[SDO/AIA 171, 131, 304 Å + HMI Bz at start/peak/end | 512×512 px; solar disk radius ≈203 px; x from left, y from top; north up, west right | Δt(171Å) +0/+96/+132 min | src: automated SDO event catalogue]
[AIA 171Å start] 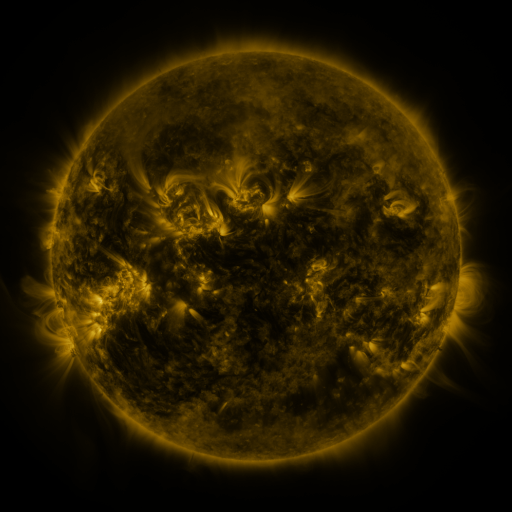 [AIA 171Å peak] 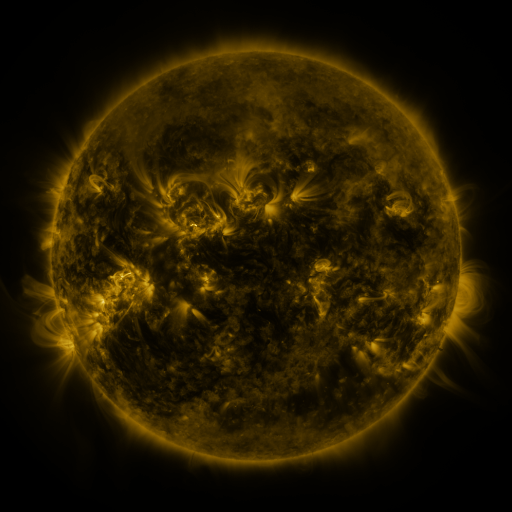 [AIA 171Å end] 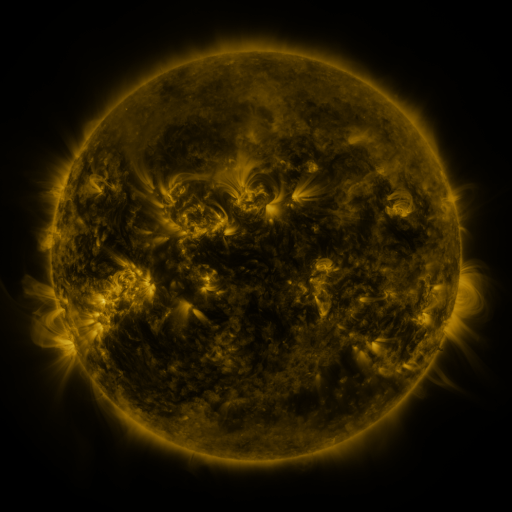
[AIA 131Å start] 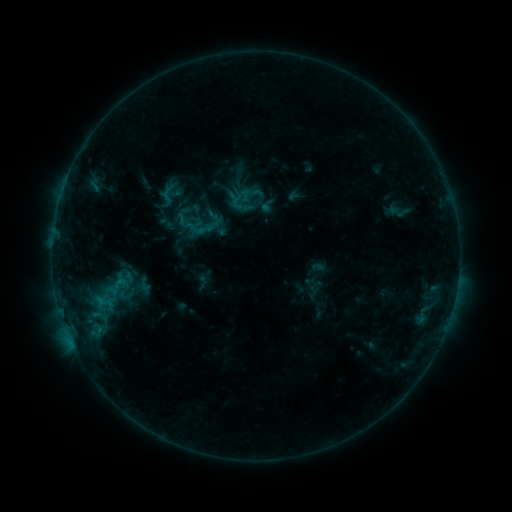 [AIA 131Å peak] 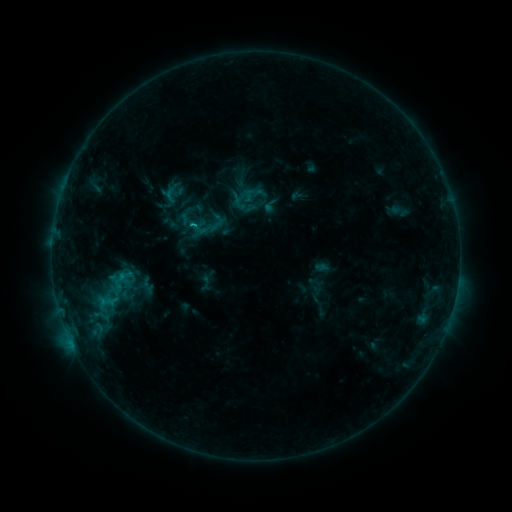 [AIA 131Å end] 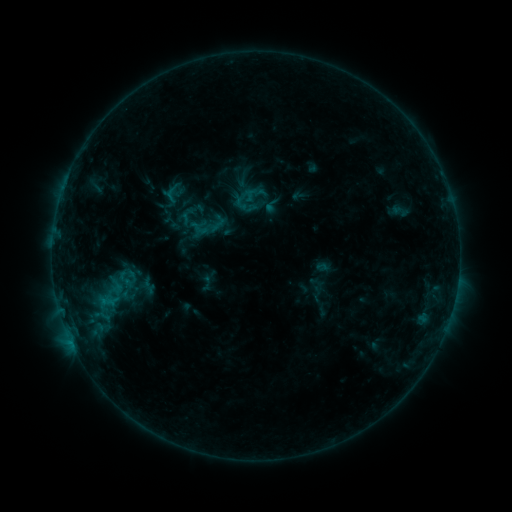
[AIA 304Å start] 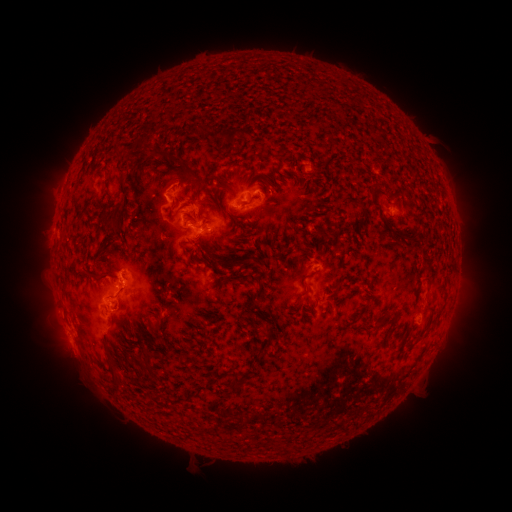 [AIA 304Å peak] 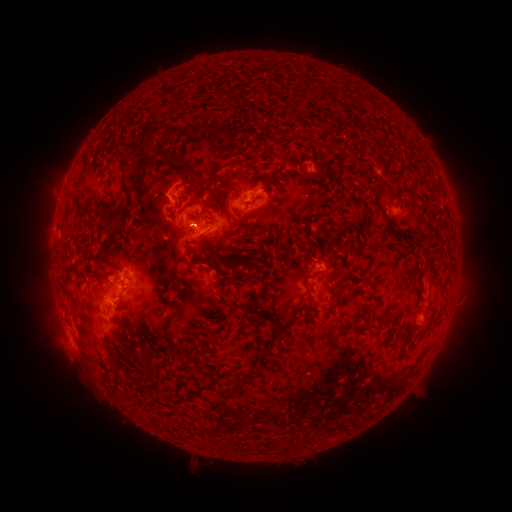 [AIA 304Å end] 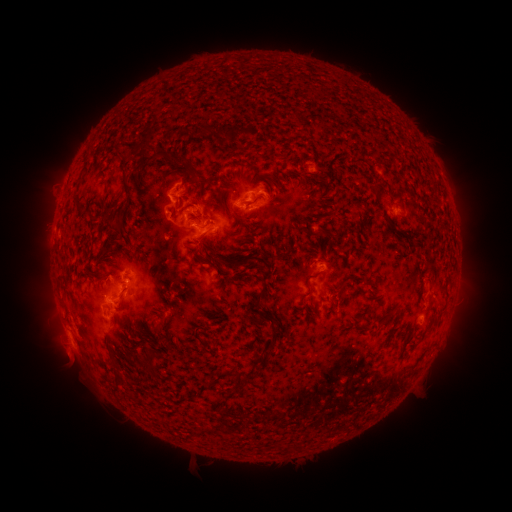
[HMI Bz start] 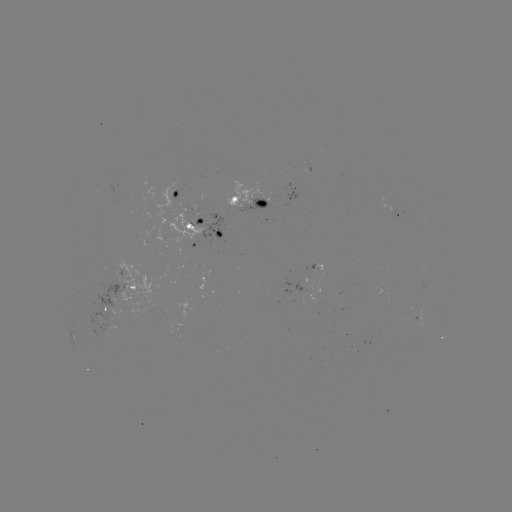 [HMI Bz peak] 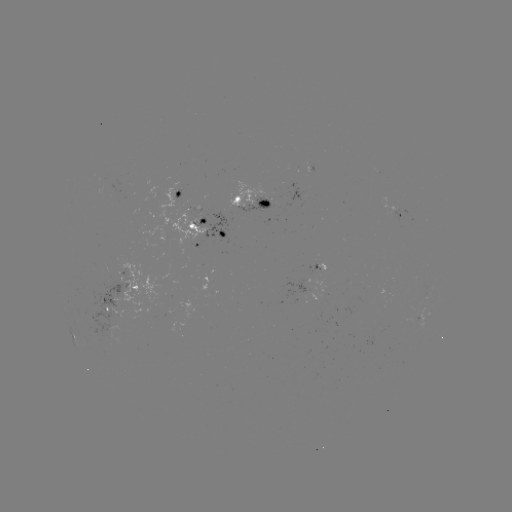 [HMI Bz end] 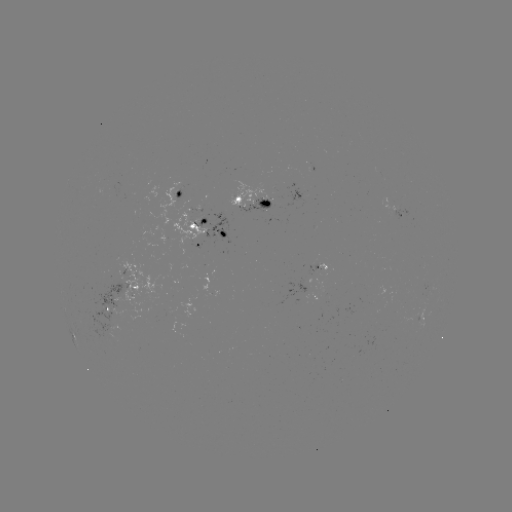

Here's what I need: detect emerging-flux region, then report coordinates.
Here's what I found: emerging-flux region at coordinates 266,202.